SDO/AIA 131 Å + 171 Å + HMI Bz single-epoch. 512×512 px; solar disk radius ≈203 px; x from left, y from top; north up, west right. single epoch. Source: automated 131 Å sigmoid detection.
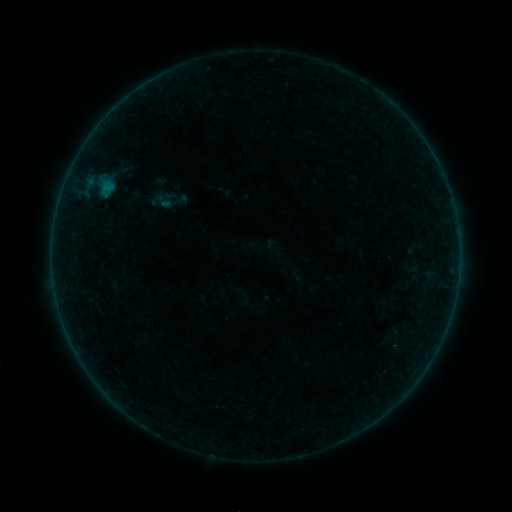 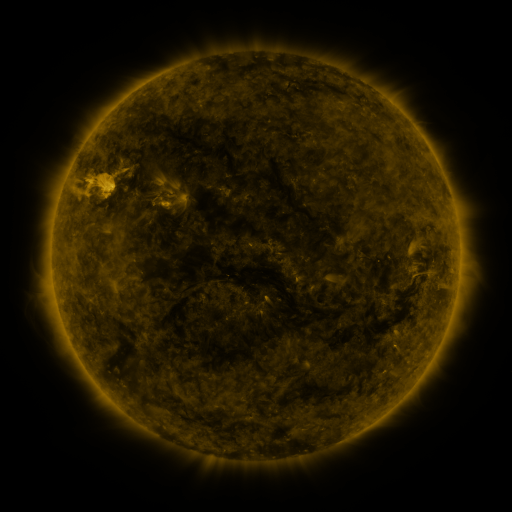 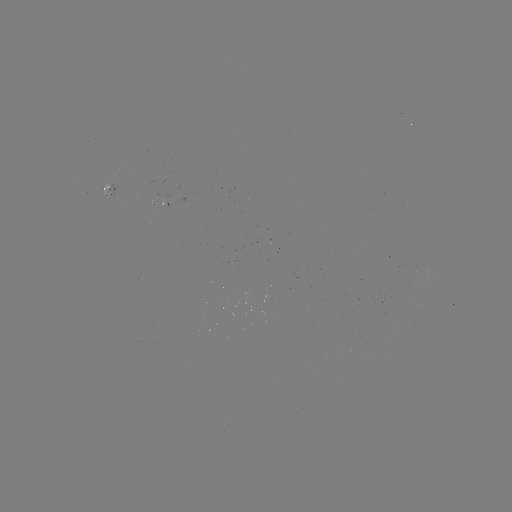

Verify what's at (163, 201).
sigmoid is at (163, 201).